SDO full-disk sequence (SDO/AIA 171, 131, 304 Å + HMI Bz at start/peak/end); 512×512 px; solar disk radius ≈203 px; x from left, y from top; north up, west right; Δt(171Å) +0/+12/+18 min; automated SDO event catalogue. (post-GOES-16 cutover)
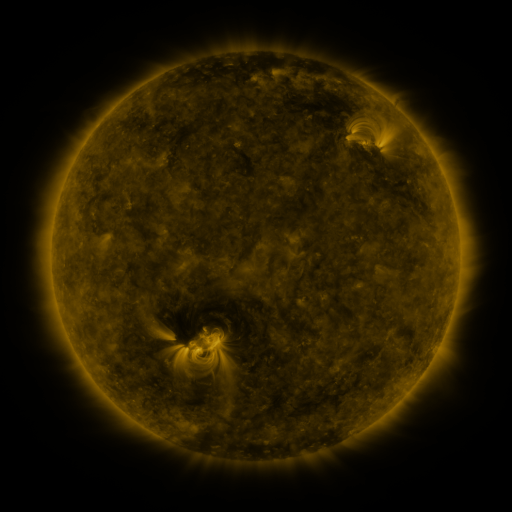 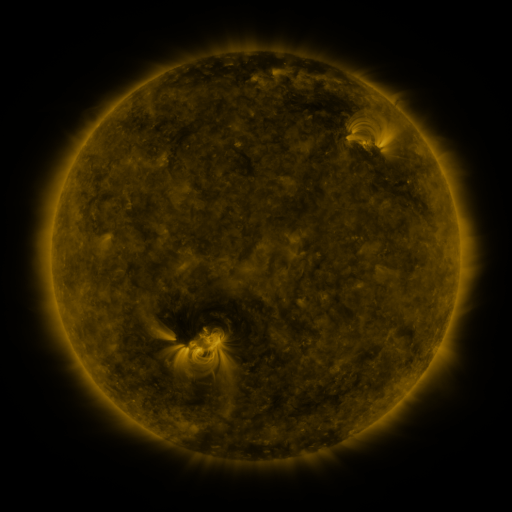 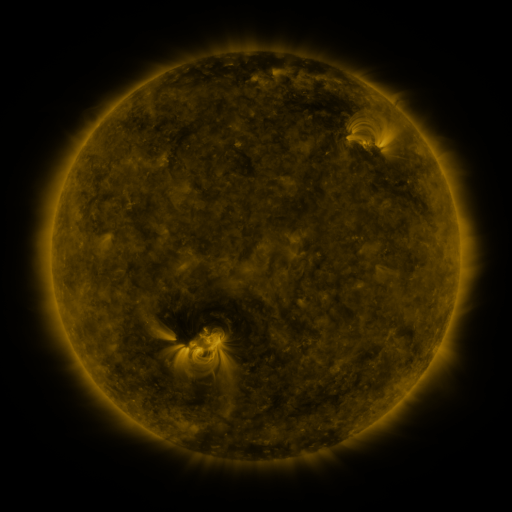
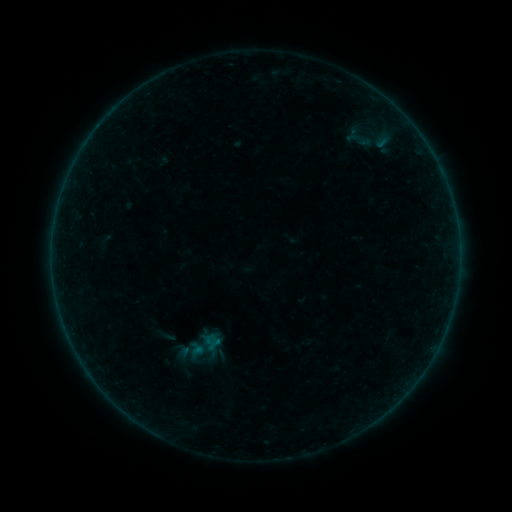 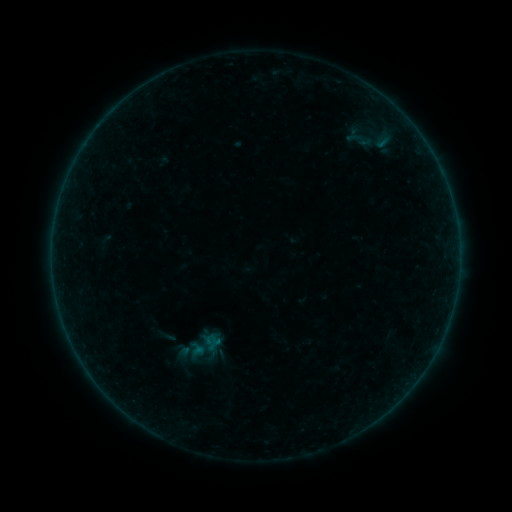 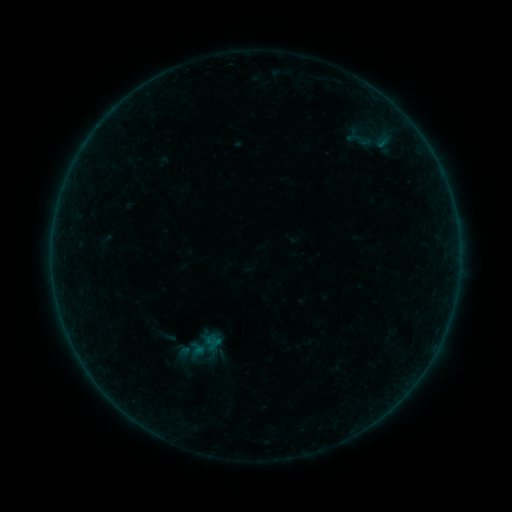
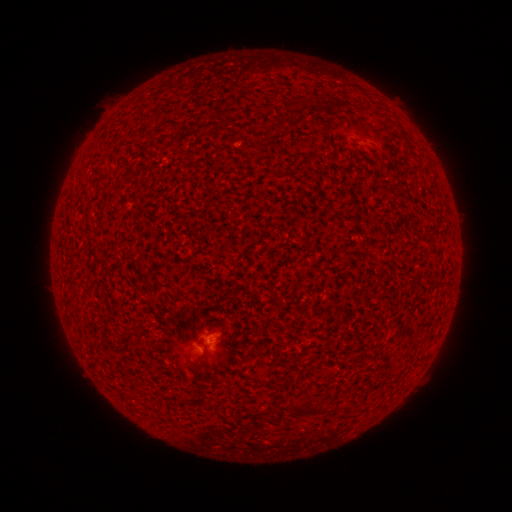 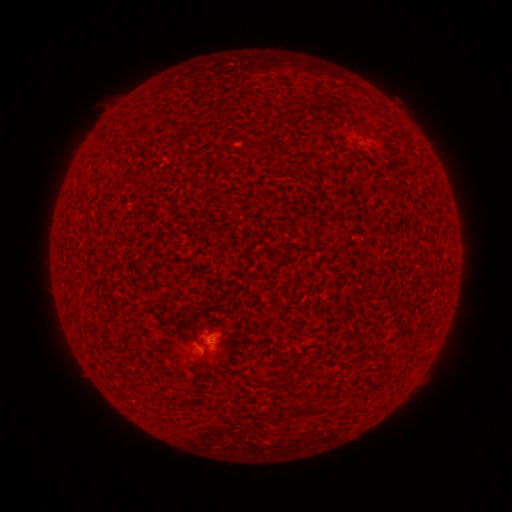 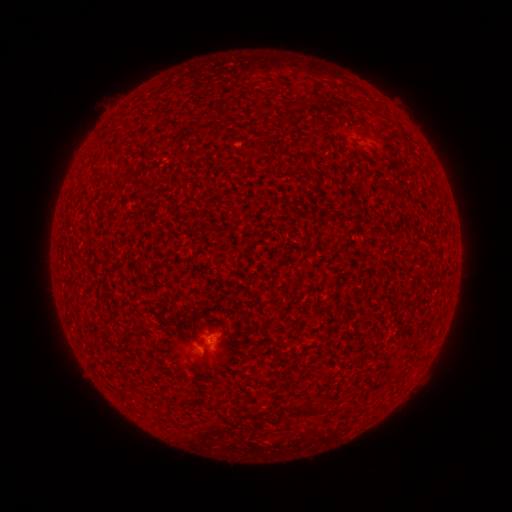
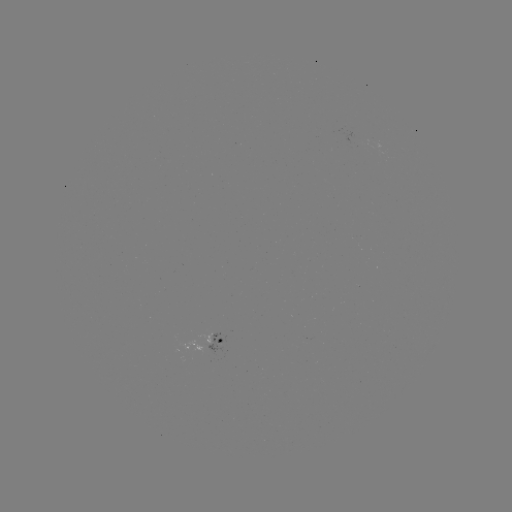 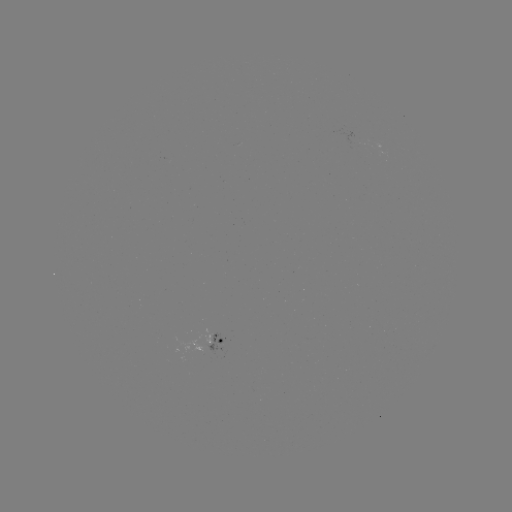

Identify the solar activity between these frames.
no classed flare was catalogued and no EUV brightening was flagged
